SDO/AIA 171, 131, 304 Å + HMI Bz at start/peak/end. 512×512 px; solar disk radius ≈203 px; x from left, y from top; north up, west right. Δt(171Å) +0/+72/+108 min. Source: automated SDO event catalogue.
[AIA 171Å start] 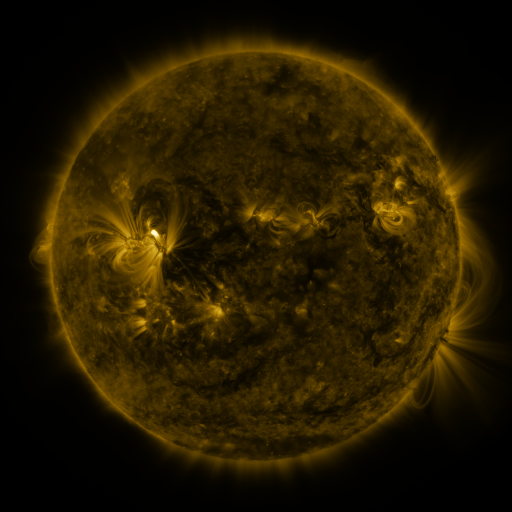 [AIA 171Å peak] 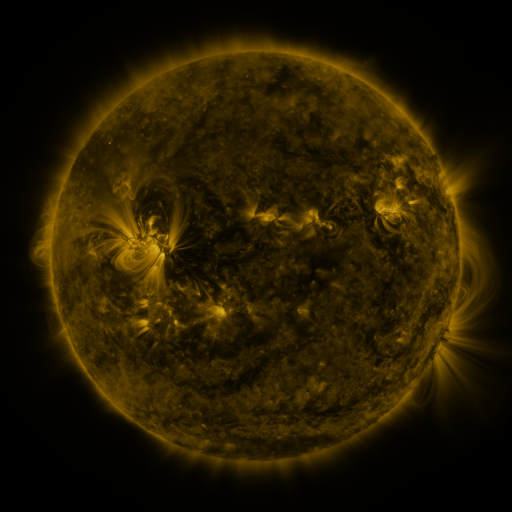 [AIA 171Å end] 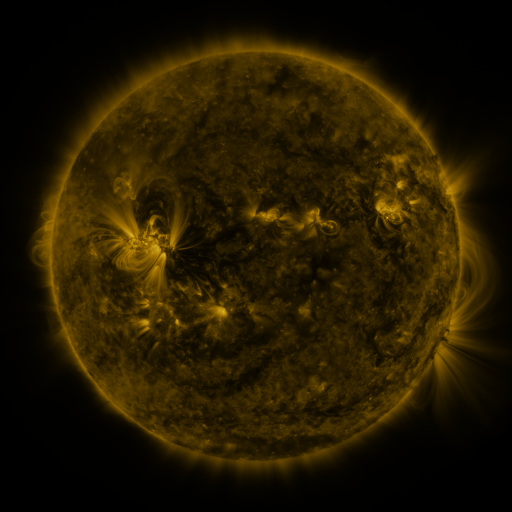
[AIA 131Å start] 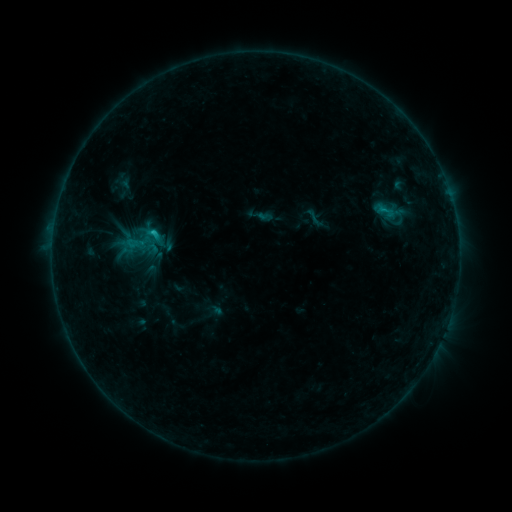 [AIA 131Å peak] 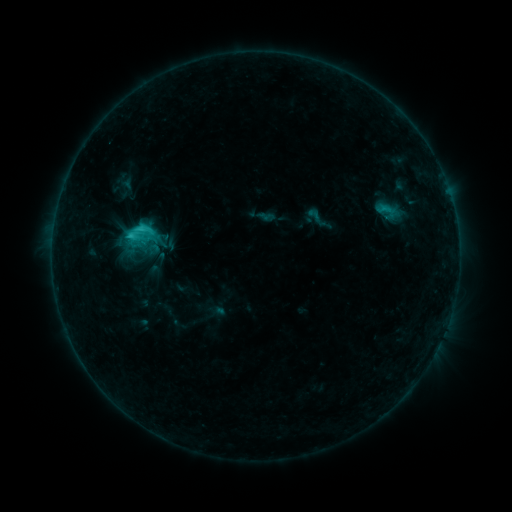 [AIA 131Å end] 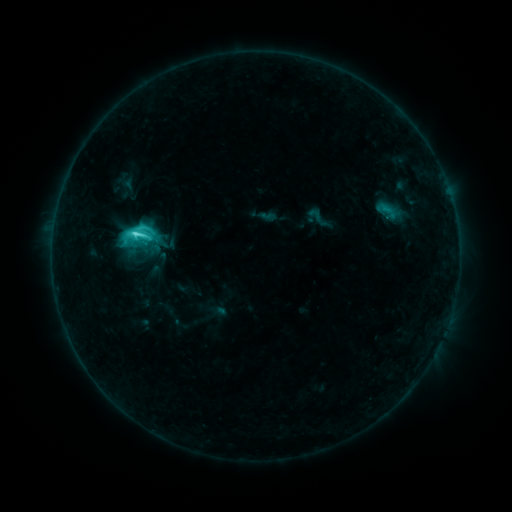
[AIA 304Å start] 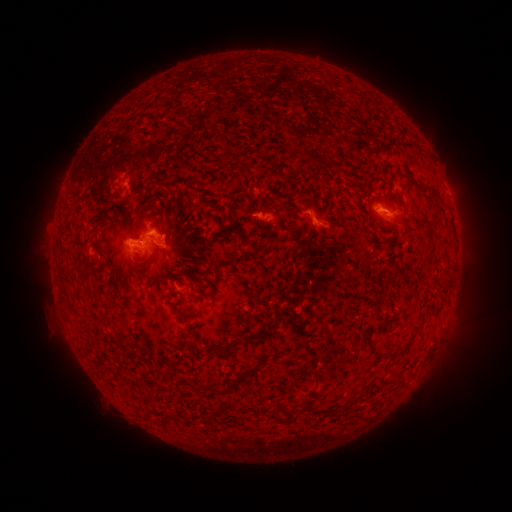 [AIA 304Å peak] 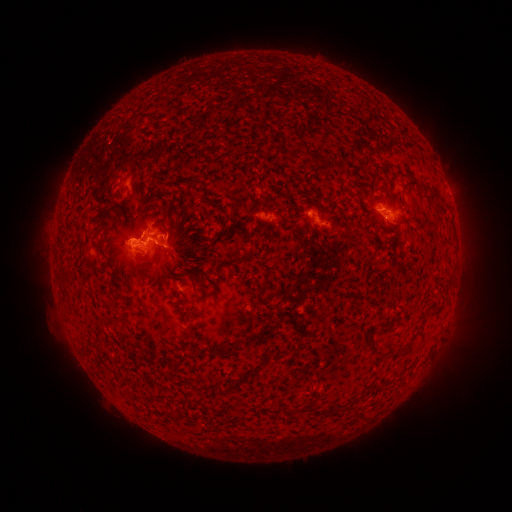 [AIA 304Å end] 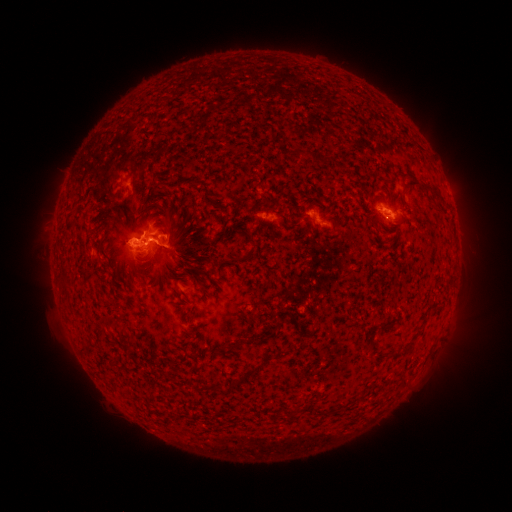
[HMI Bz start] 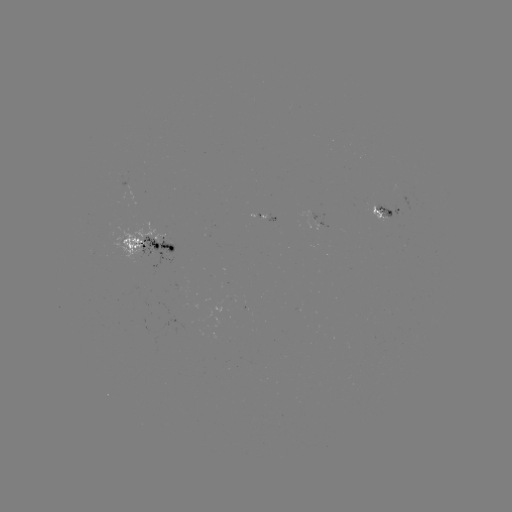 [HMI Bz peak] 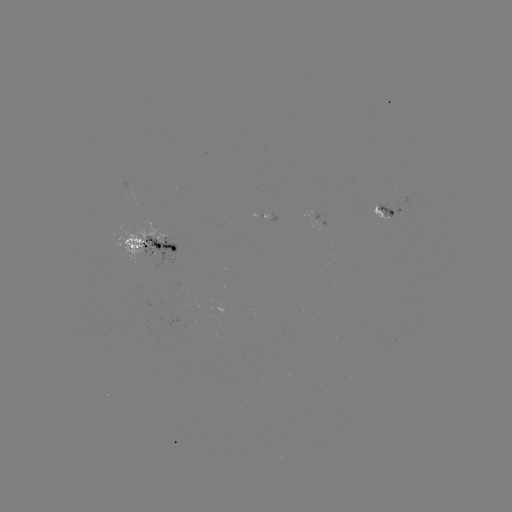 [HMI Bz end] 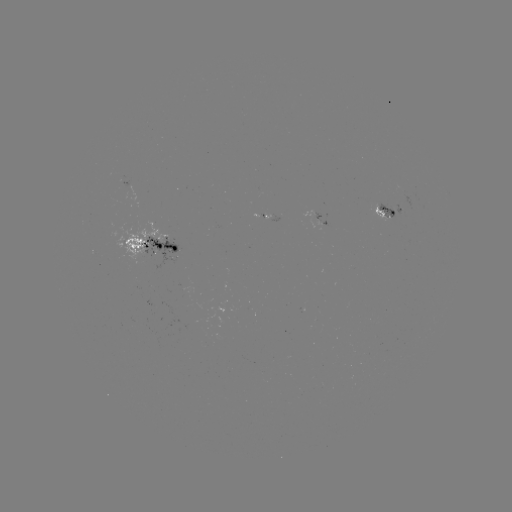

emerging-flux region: (142, 236, 176, 269)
